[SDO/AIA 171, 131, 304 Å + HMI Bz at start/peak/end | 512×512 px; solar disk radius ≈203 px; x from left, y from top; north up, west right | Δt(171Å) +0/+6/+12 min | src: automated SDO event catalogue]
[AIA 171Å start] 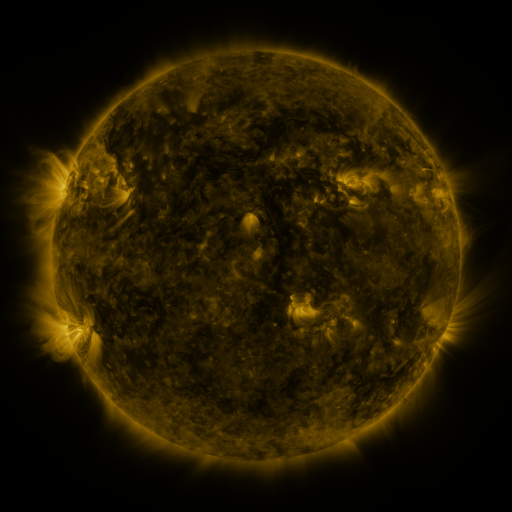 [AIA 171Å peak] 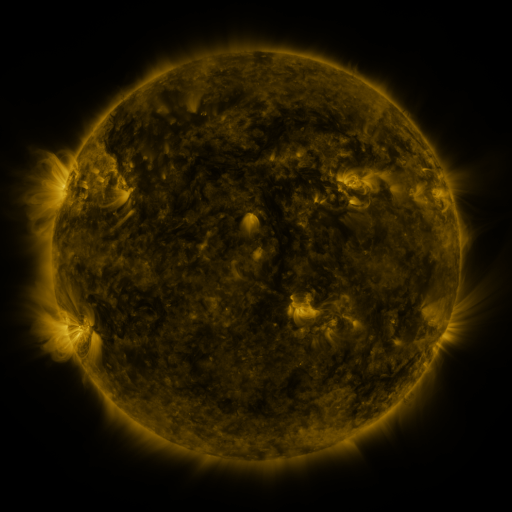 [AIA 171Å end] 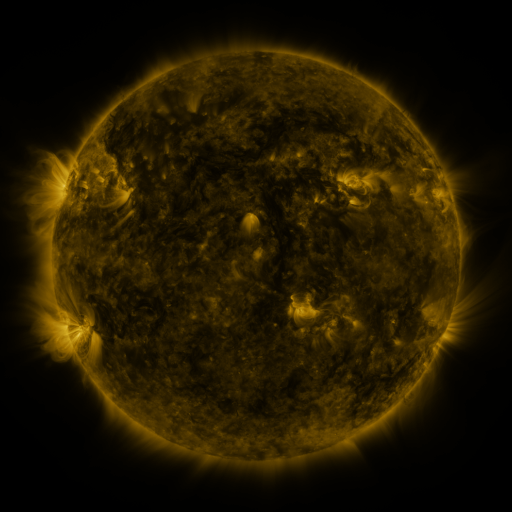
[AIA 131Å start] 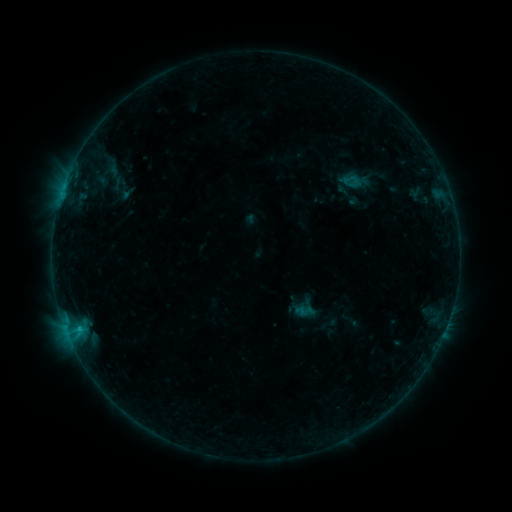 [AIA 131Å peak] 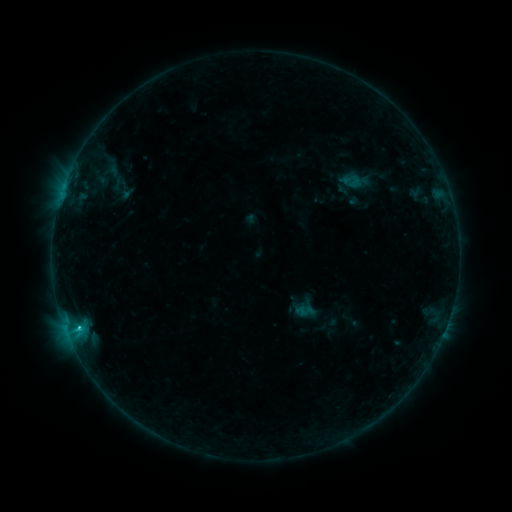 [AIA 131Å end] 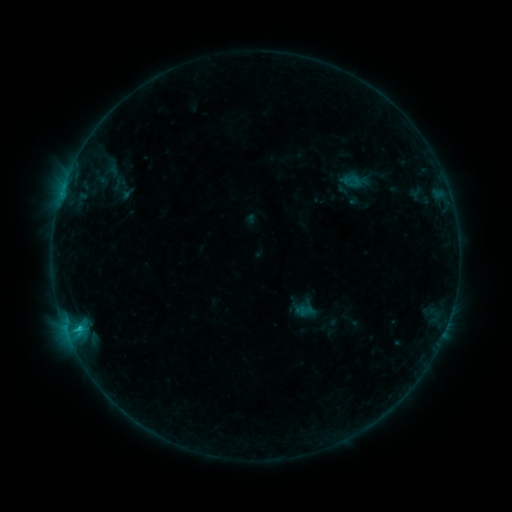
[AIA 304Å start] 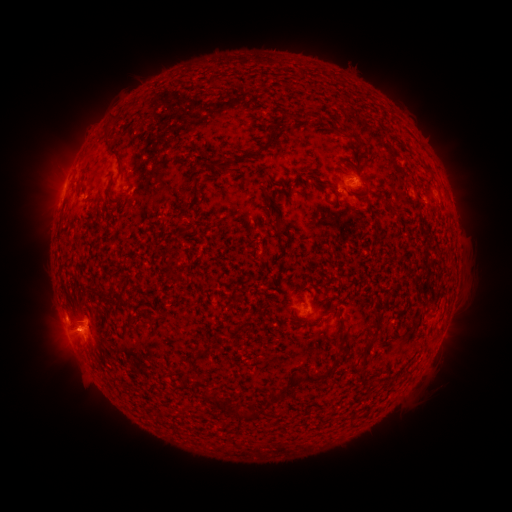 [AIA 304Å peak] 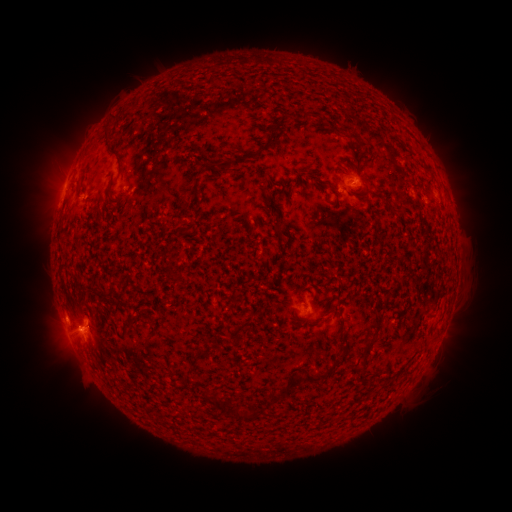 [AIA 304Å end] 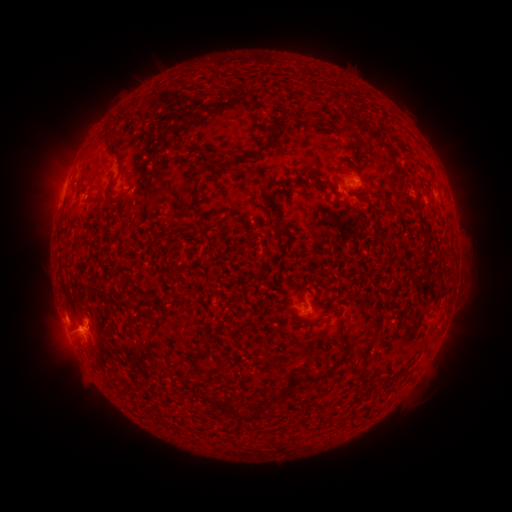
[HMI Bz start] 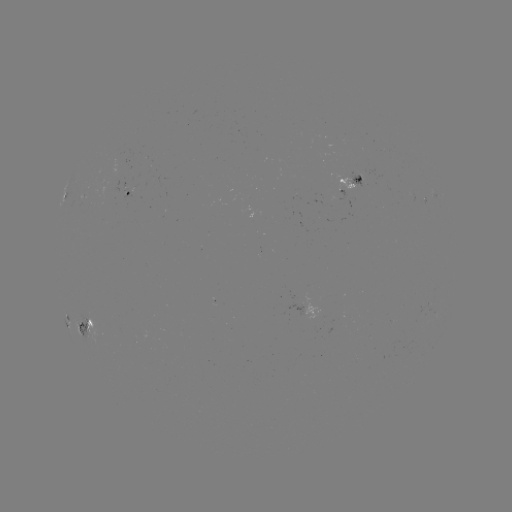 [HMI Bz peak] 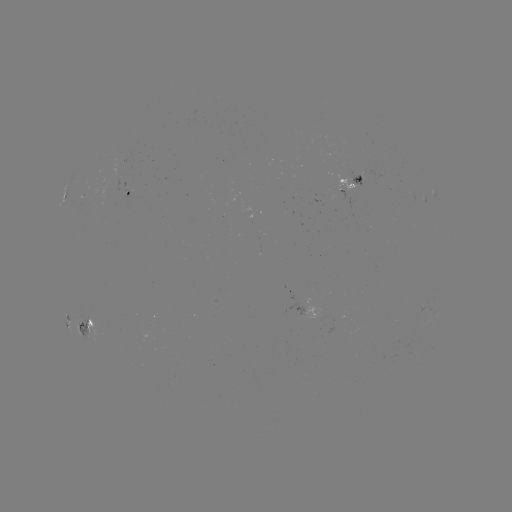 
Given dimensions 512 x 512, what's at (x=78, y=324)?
C1.0 flare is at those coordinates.